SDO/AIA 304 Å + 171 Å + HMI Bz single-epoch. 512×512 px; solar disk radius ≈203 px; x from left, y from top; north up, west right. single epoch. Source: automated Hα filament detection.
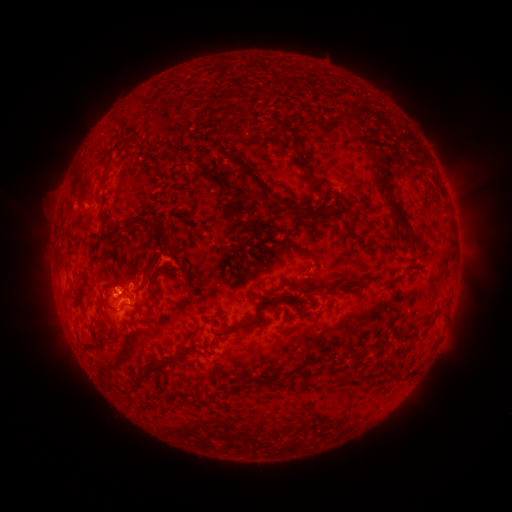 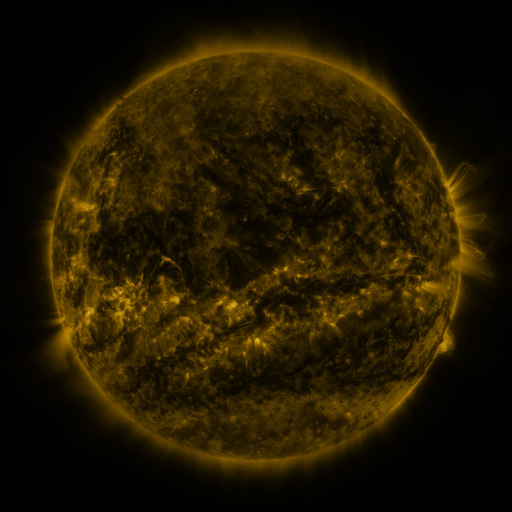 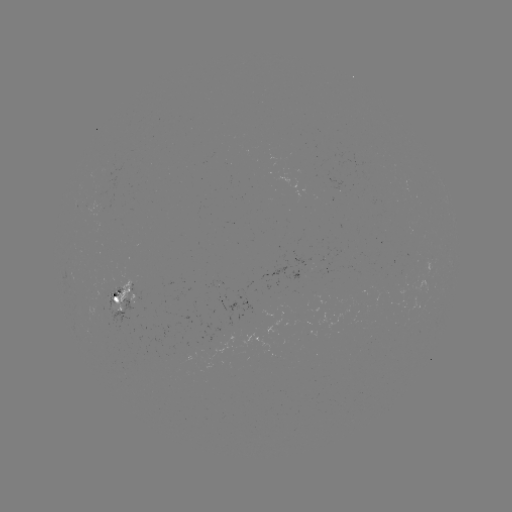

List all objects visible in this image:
filament: (355, 118, 363, 128)
filament: (279, 132, 298, 152)
filament: (366, 151, 414, 230)
filament: (229, 152, 275, 202)
filament: (296, 156, 301, 166)
filament: (96, 173, 106, 193)
filament: (319, 190, 330, 202)
filament: (99, 199, 105, 210)
filament: (282, 201, 343, 218)
filament: (99, 220, 183, 268)
filament: (408, 234, 421, 245)
filament: (147, 263, 159, 283)
filament: (223, 267, 231, 278)
filament: (389, 269, 407, 281)
filament: (322, 279, 350, 293)
filament: (222, 292, 283, 337)
filament: (103, 298, 119, 315)
filament: (139, 353, 185, 383)
